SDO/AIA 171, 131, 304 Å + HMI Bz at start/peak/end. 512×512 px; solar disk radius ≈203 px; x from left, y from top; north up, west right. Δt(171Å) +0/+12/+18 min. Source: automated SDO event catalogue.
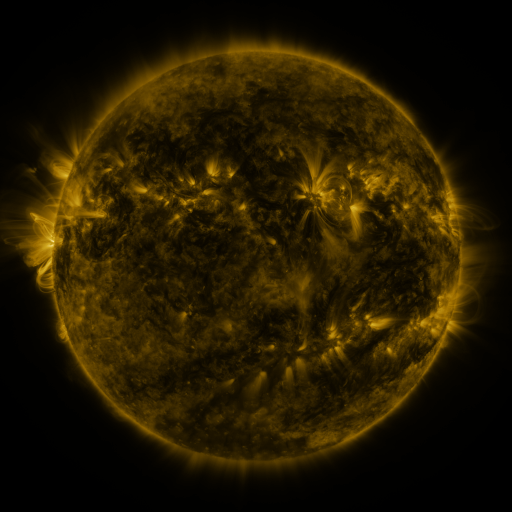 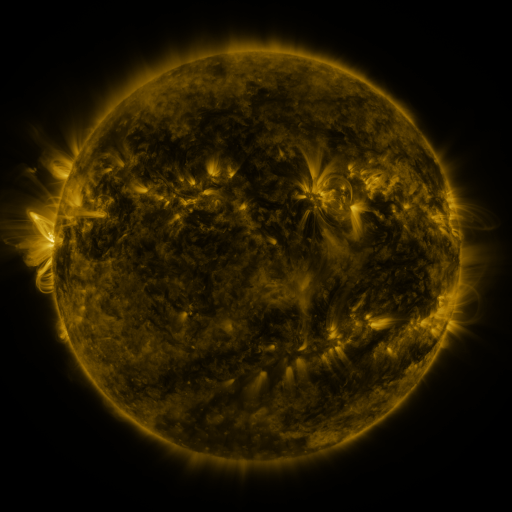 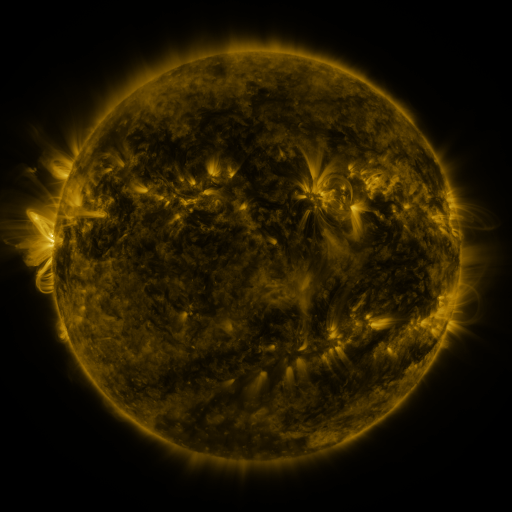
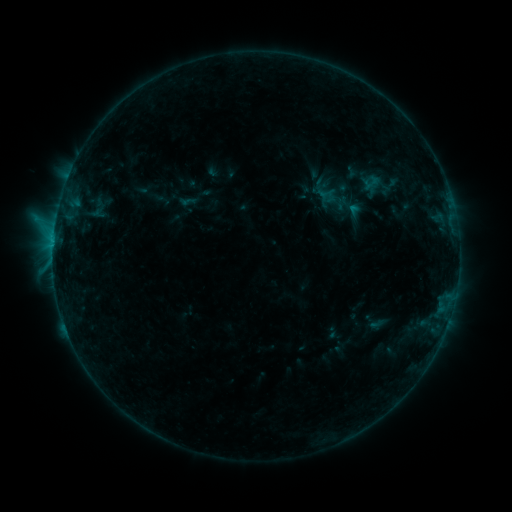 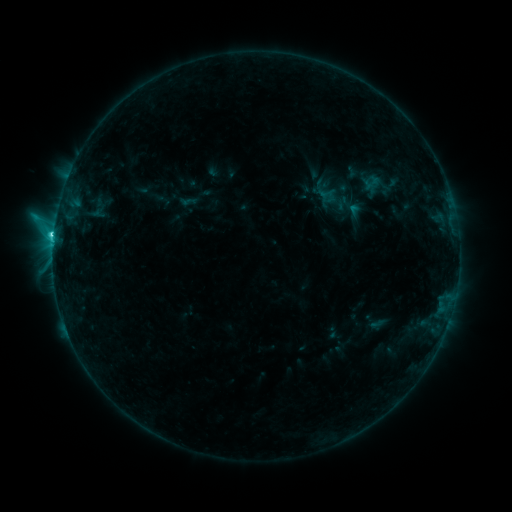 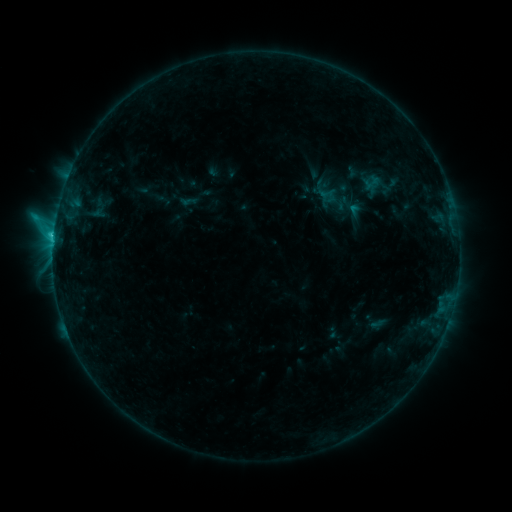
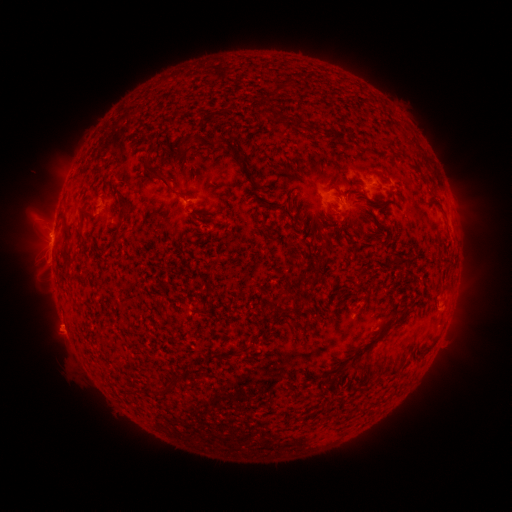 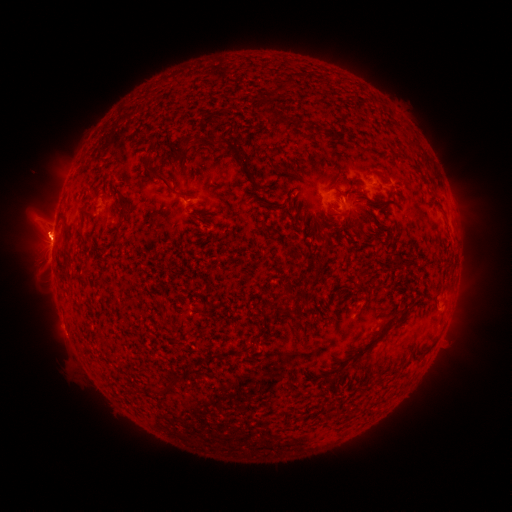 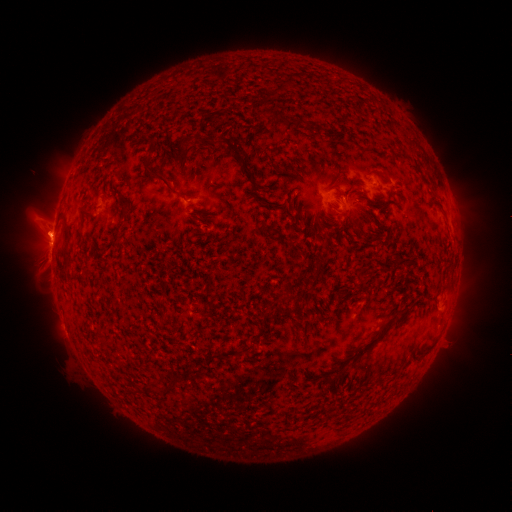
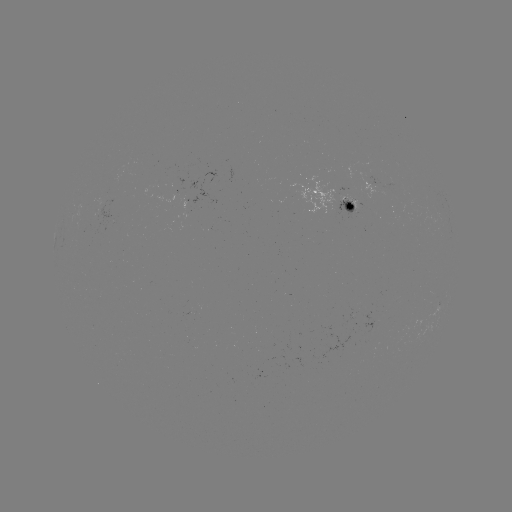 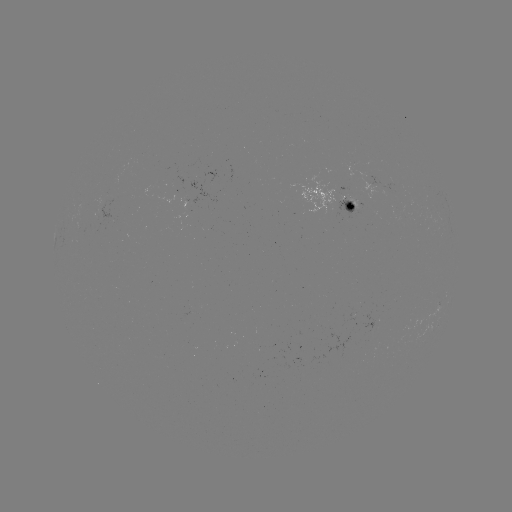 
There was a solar flare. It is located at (55, 237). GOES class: C2.0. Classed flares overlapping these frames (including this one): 1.